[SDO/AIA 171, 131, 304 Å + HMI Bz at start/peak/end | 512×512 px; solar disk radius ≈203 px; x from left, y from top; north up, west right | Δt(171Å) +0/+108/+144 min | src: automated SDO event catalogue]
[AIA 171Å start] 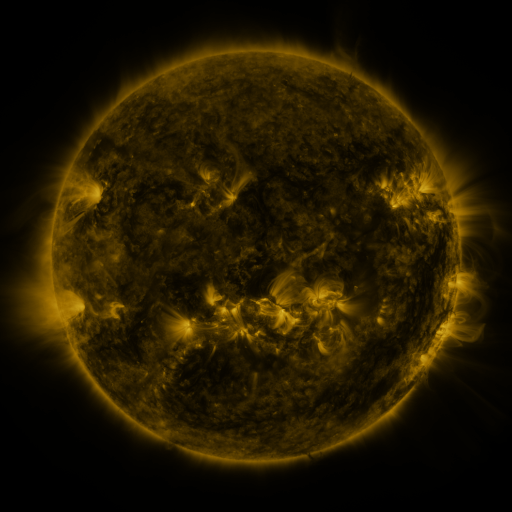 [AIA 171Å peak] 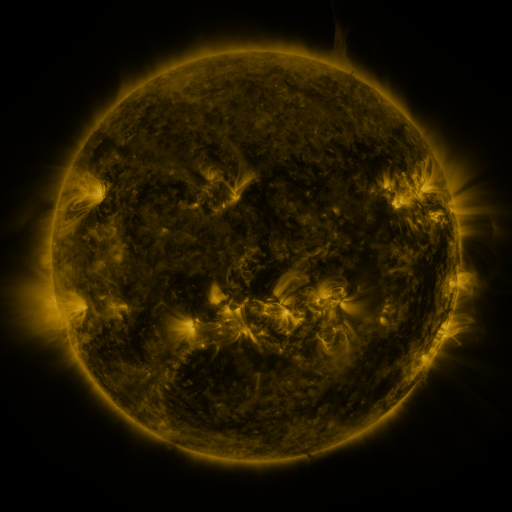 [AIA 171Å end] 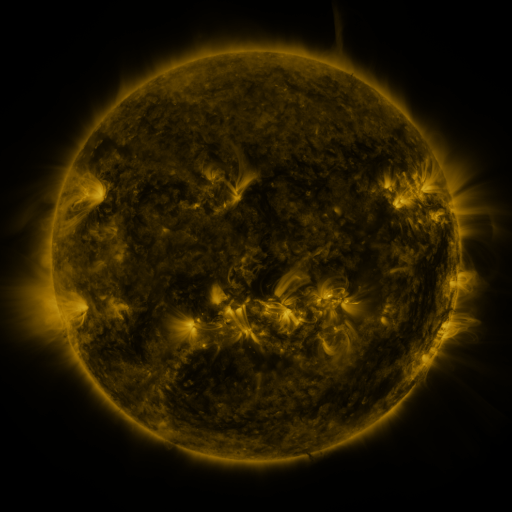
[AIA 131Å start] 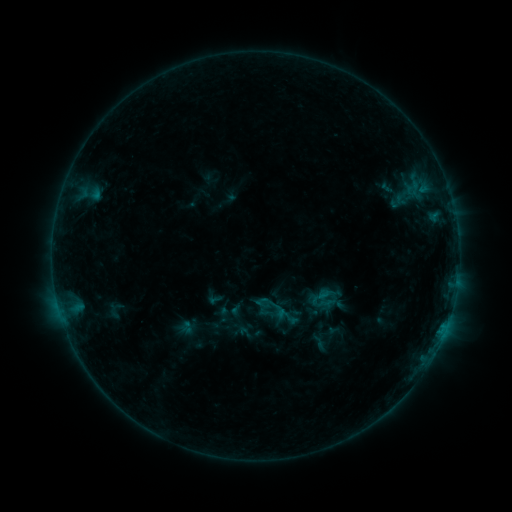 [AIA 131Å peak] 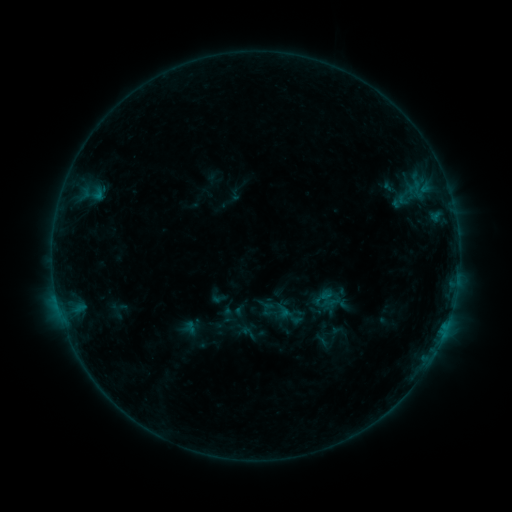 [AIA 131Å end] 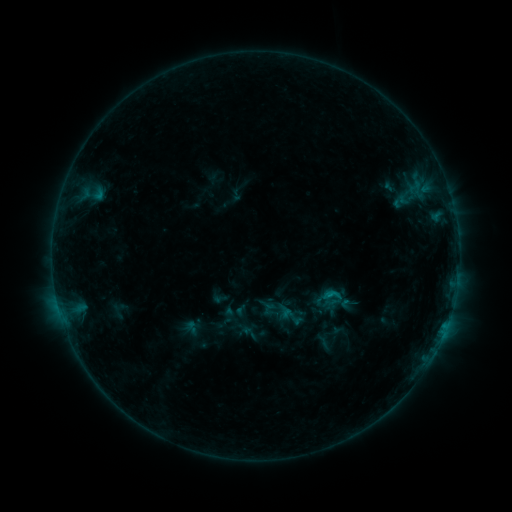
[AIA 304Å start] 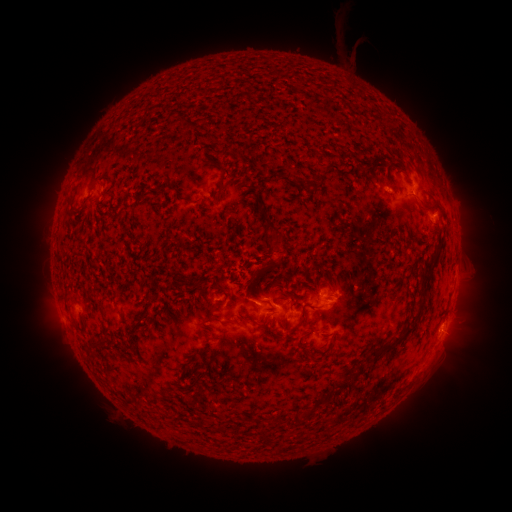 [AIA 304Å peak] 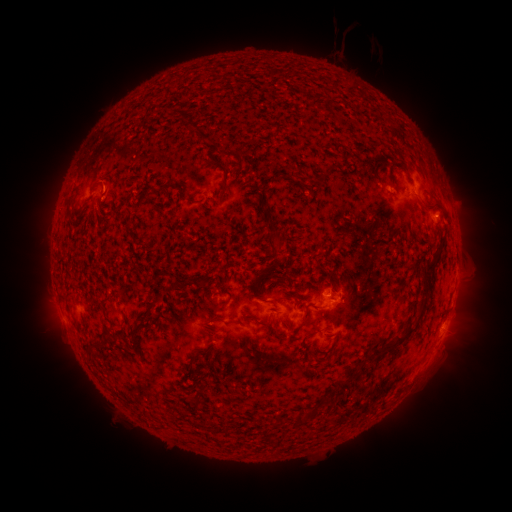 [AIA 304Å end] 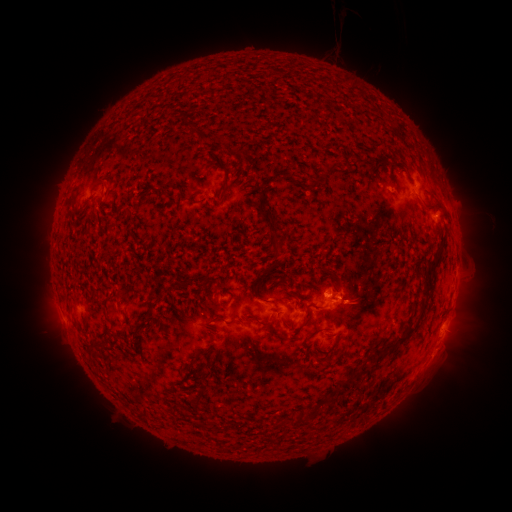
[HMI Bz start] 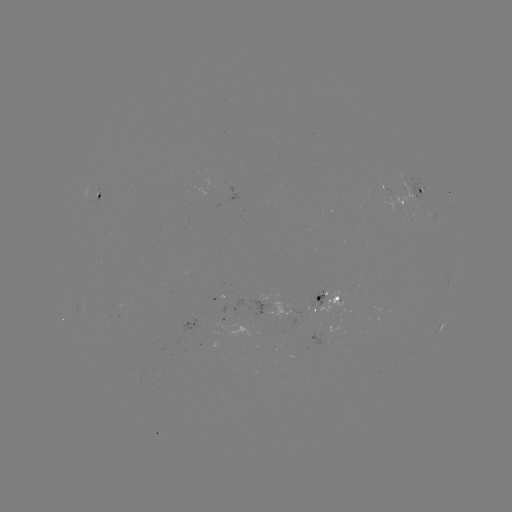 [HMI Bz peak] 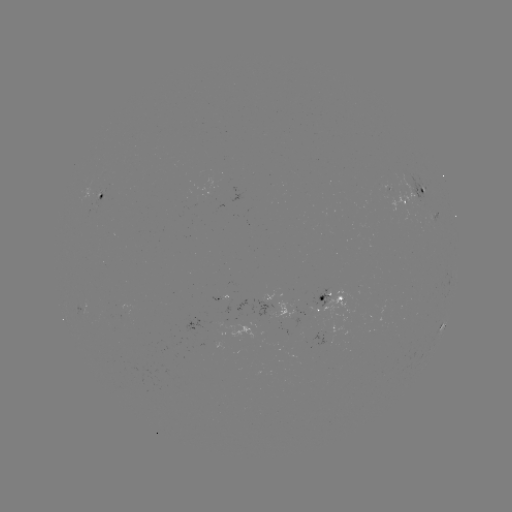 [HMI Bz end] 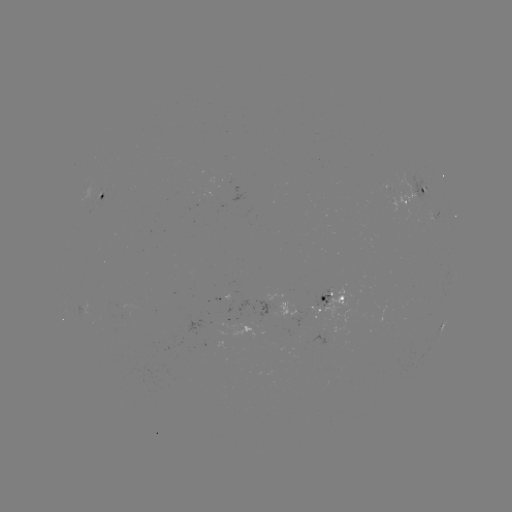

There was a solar emerging-flux region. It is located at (231, 293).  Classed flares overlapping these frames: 2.